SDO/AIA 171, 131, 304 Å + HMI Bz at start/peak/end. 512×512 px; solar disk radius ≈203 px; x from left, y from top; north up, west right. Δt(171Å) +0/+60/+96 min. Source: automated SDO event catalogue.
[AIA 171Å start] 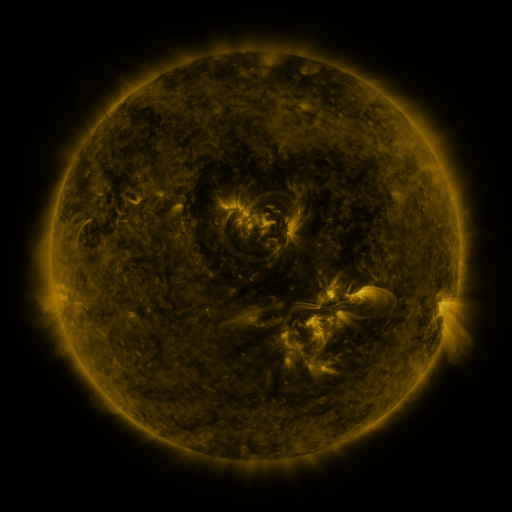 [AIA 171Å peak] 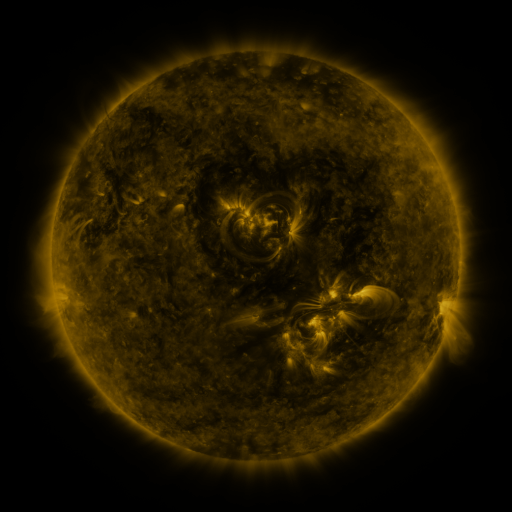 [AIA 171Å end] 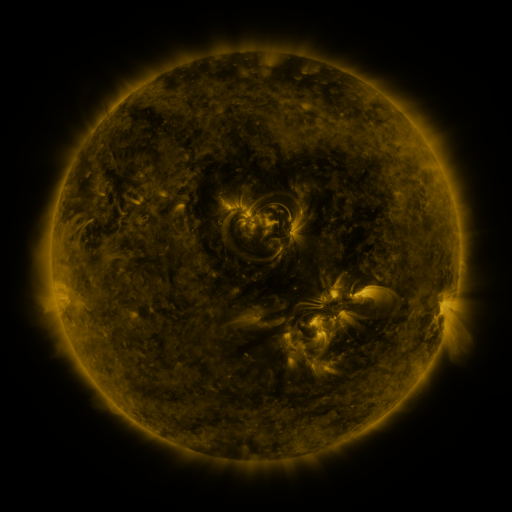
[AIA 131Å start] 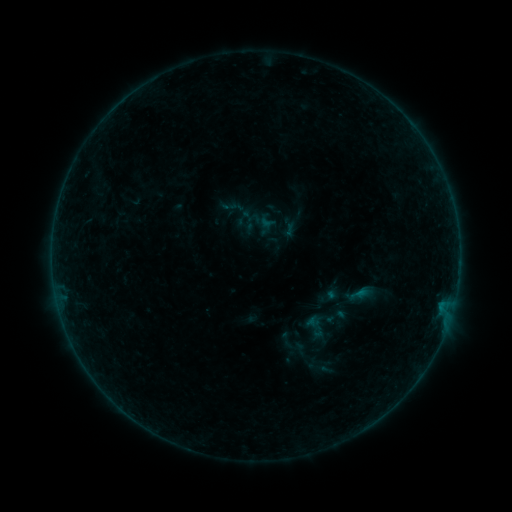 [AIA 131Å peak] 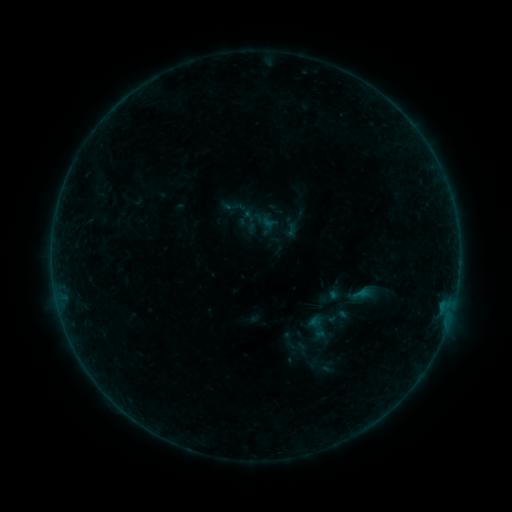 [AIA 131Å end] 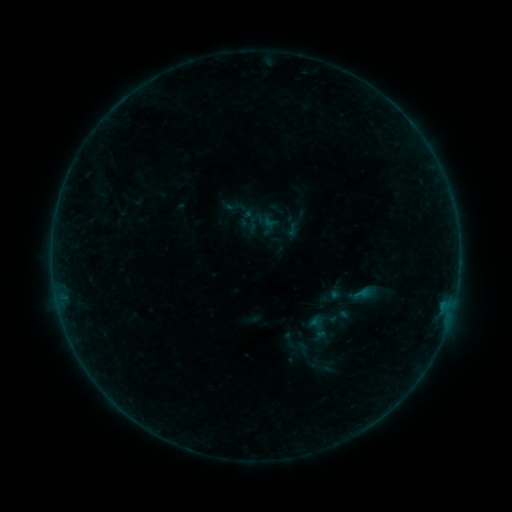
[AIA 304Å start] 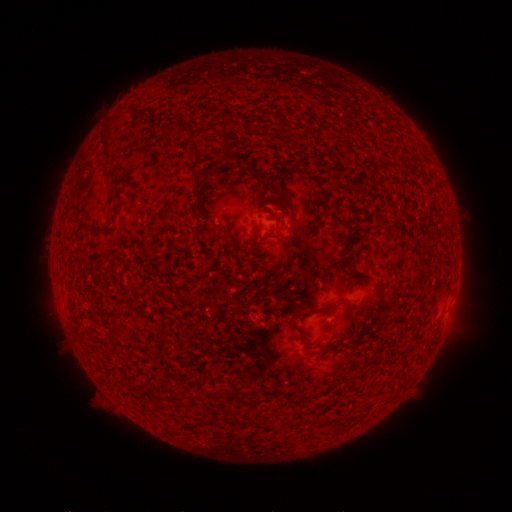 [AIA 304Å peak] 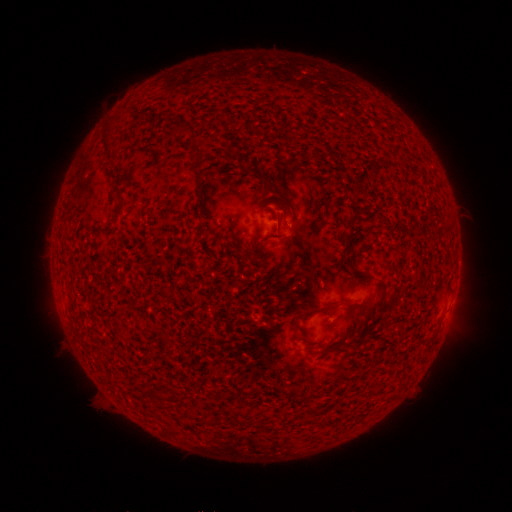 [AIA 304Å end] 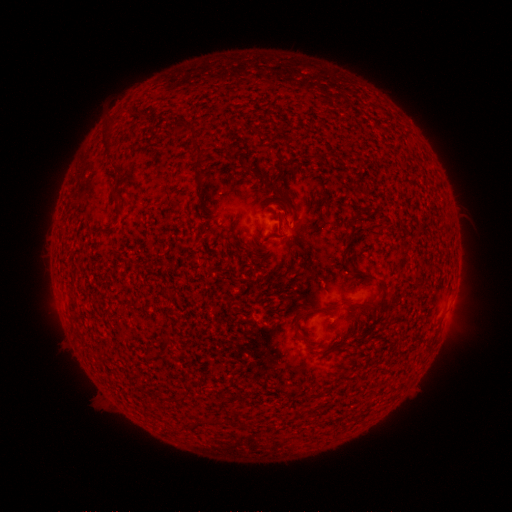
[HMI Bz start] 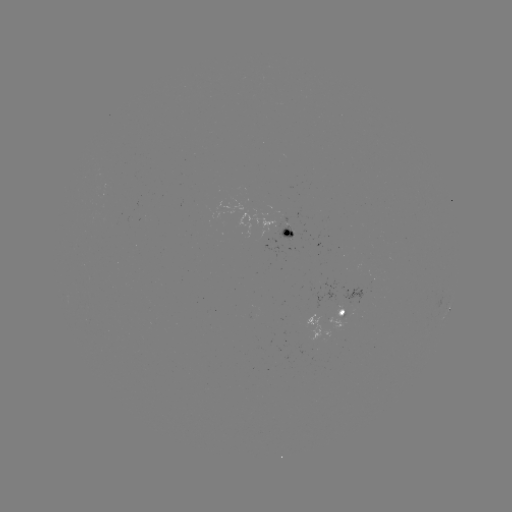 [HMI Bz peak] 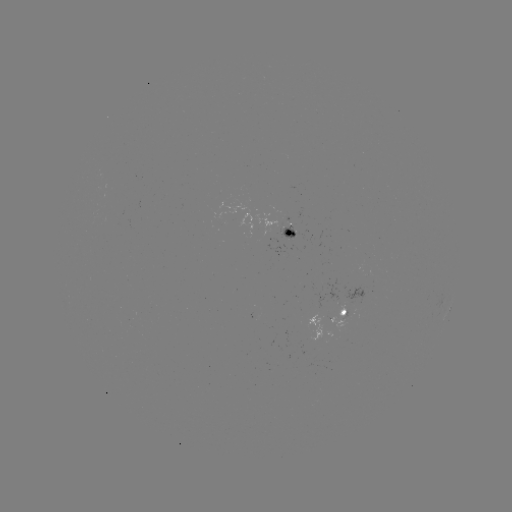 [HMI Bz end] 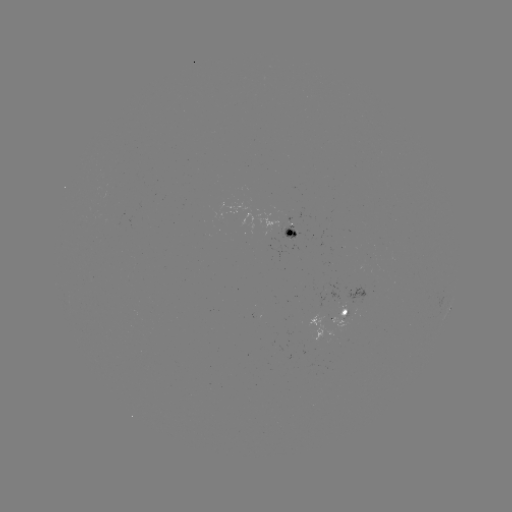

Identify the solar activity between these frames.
emerging-flux region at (323, 323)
